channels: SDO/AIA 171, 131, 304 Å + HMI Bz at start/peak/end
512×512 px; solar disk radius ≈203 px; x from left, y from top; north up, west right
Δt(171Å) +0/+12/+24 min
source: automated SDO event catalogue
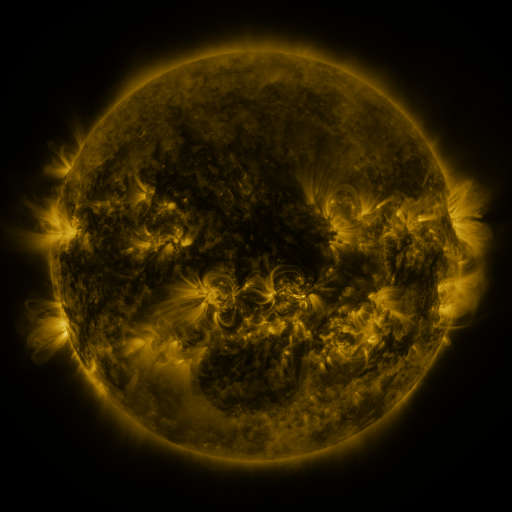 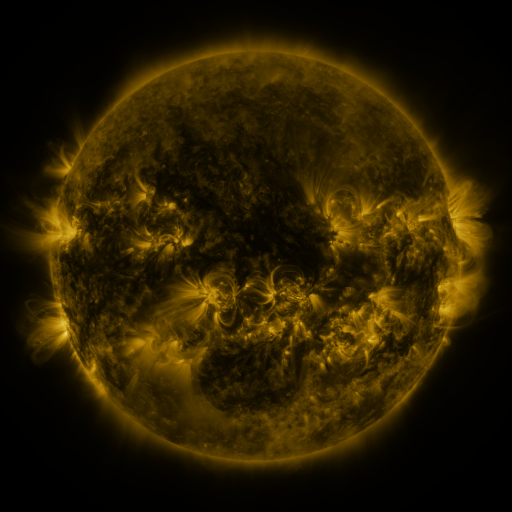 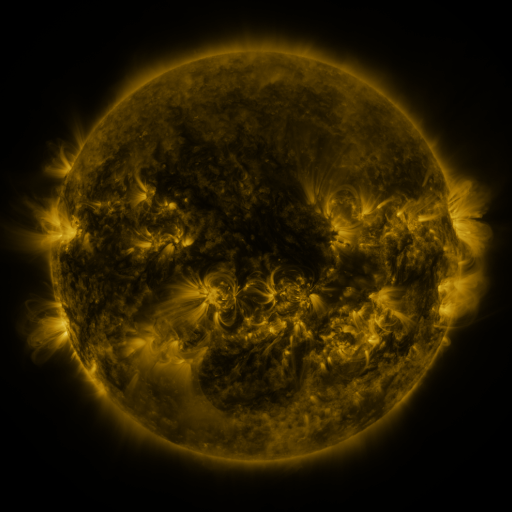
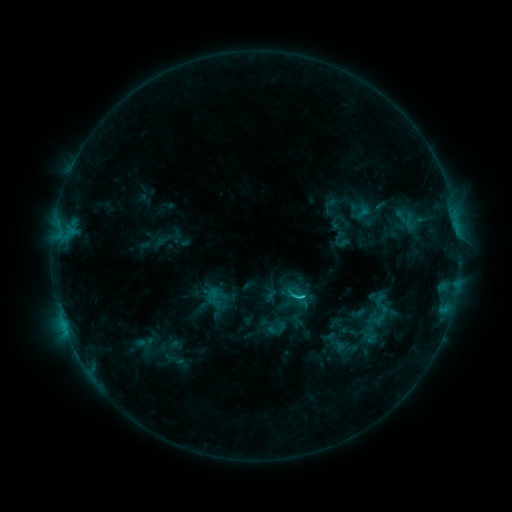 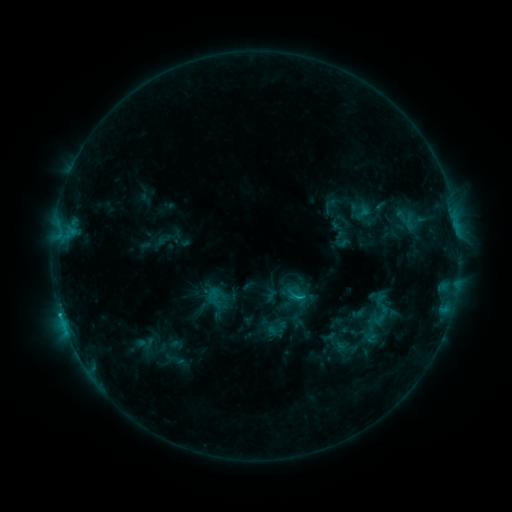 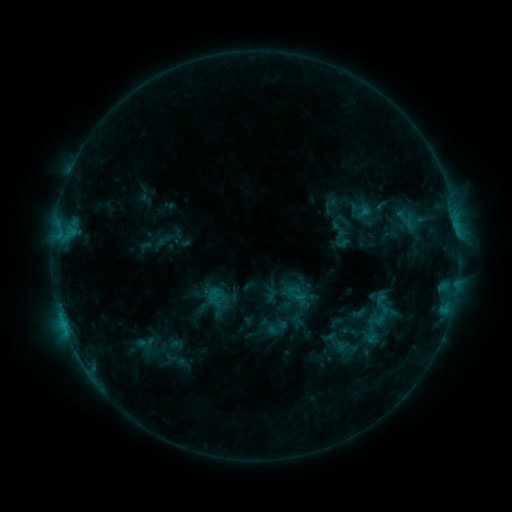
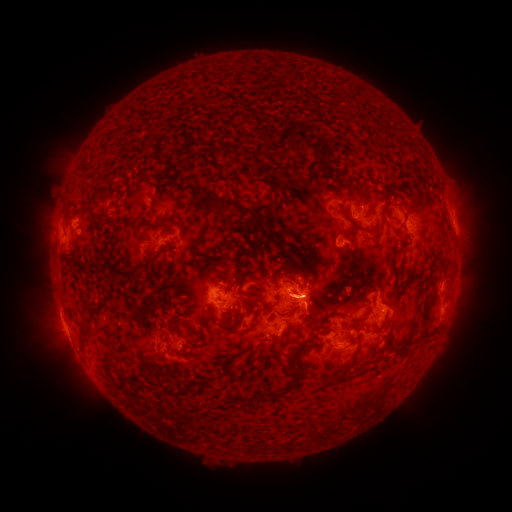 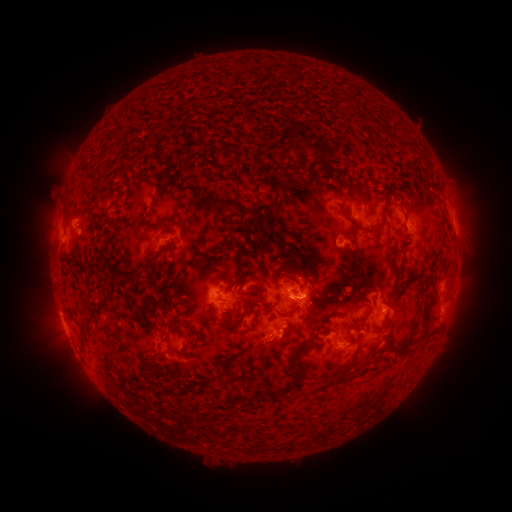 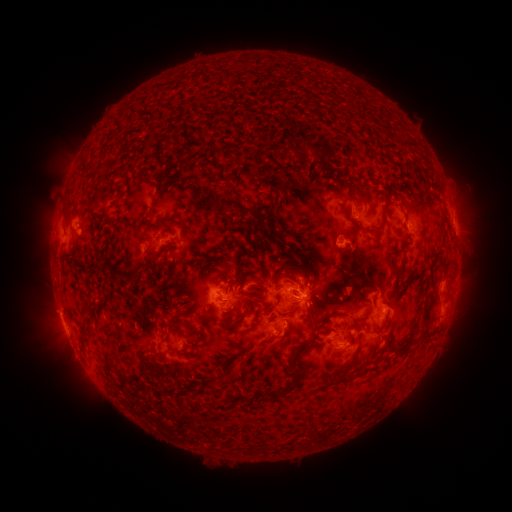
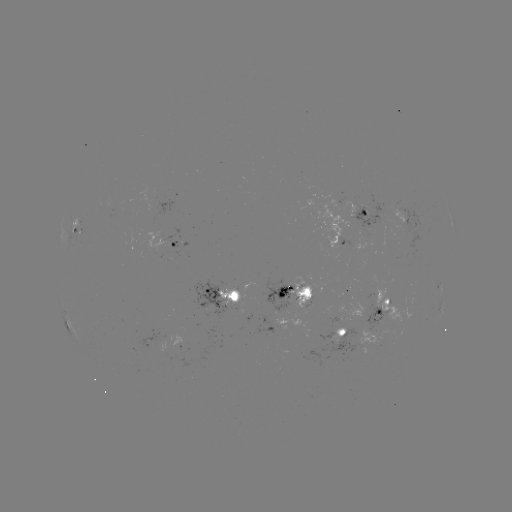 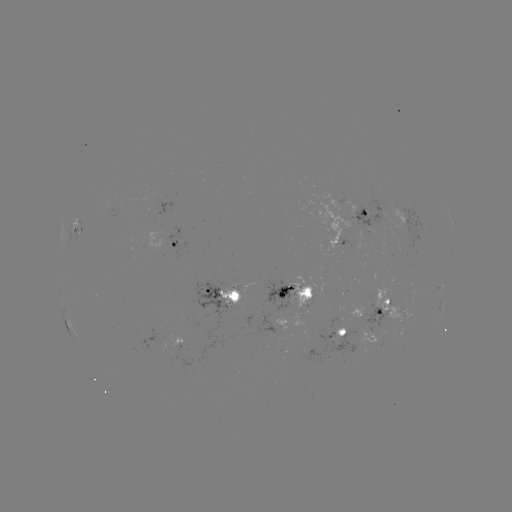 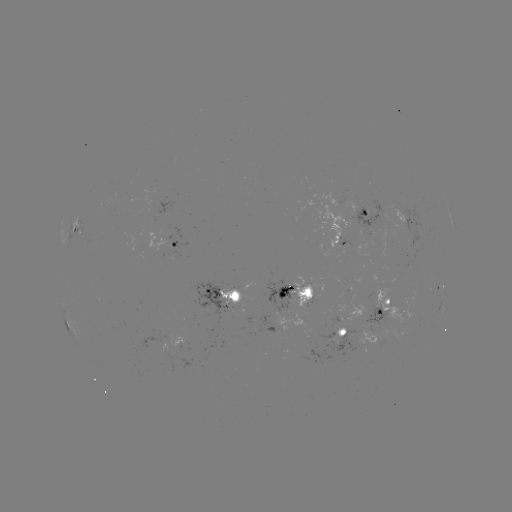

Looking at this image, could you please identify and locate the eruption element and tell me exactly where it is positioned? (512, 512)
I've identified eruption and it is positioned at [269, 351].